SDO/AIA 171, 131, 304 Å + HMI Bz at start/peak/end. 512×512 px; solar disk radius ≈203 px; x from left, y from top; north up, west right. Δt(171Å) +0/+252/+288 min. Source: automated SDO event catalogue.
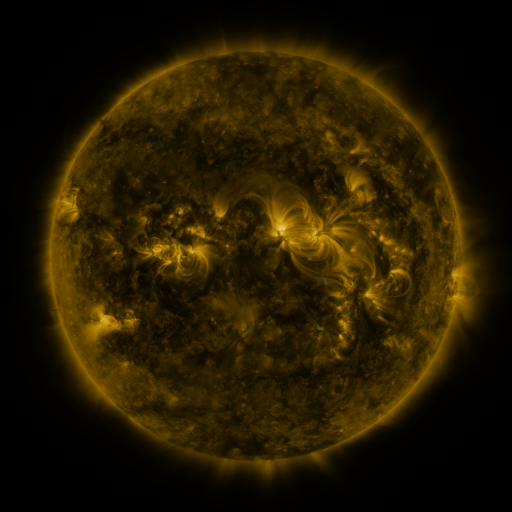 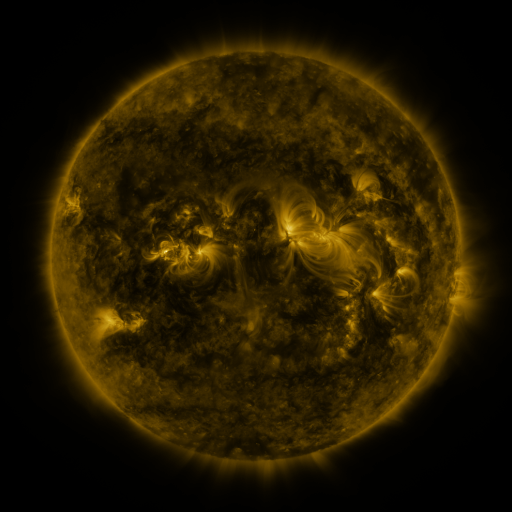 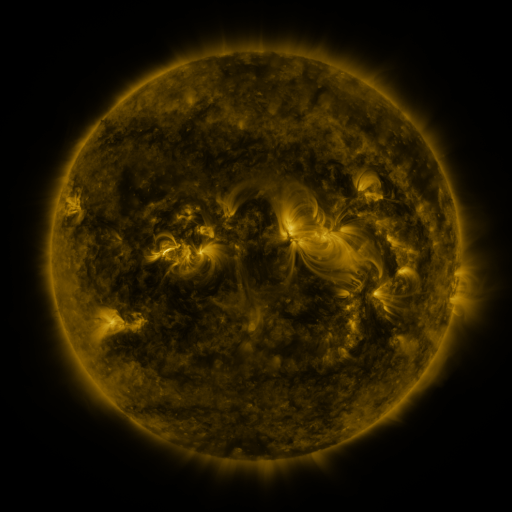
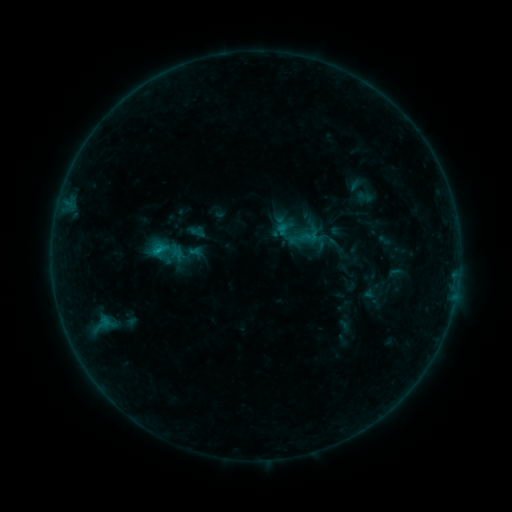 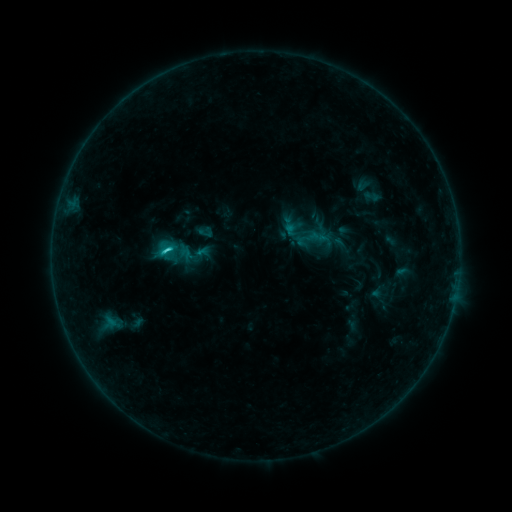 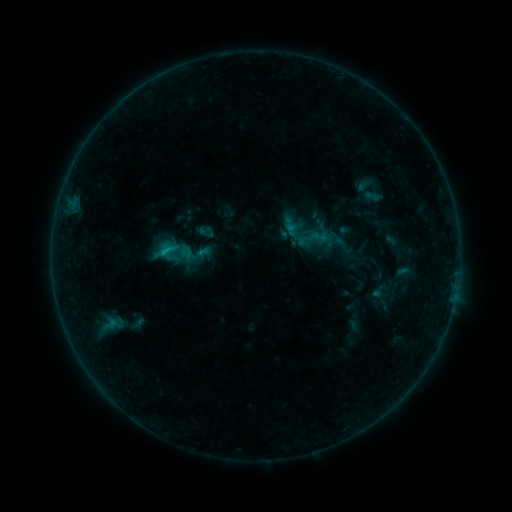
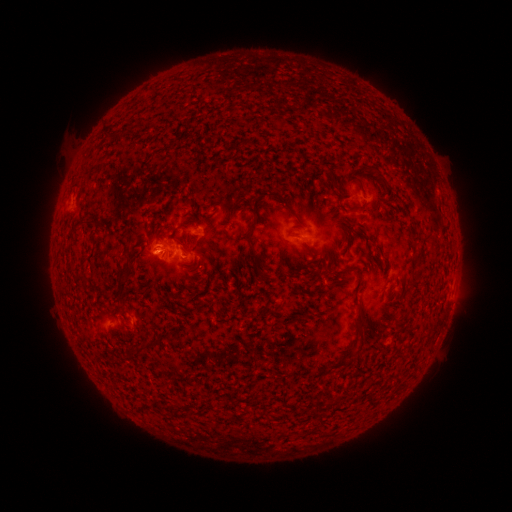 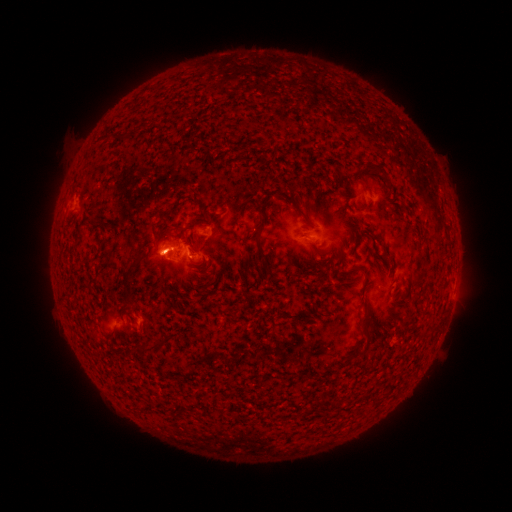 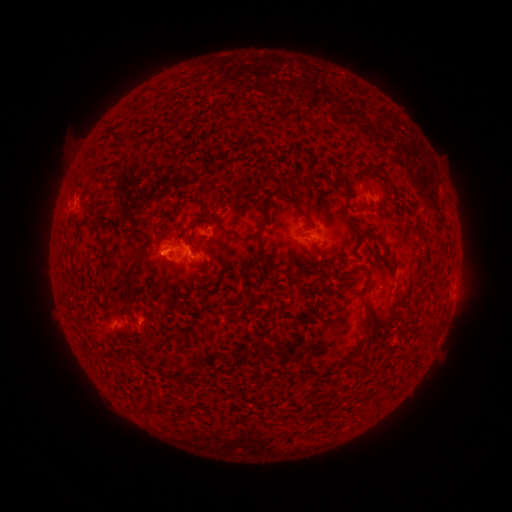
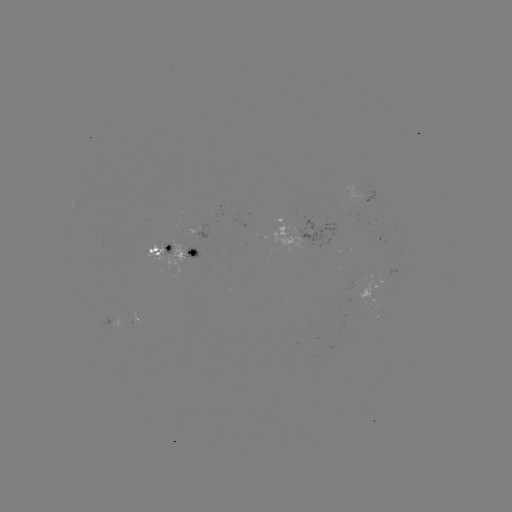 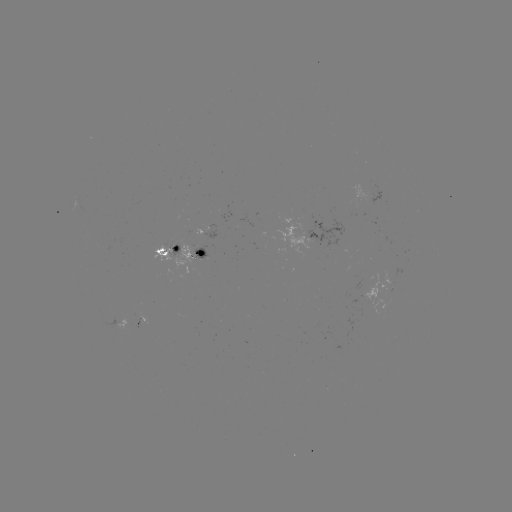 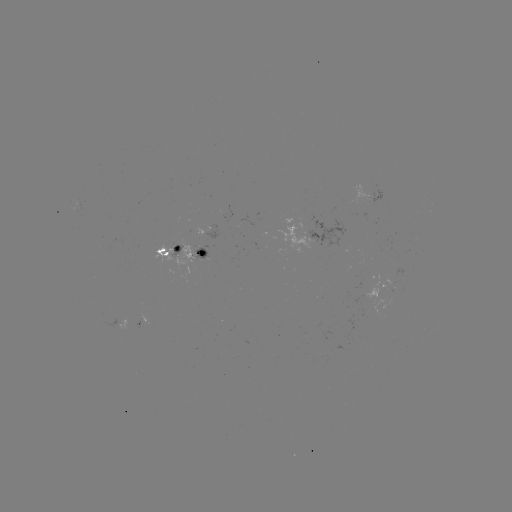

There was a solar emerging-flux region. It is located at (174, 249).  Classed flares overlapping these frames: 7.